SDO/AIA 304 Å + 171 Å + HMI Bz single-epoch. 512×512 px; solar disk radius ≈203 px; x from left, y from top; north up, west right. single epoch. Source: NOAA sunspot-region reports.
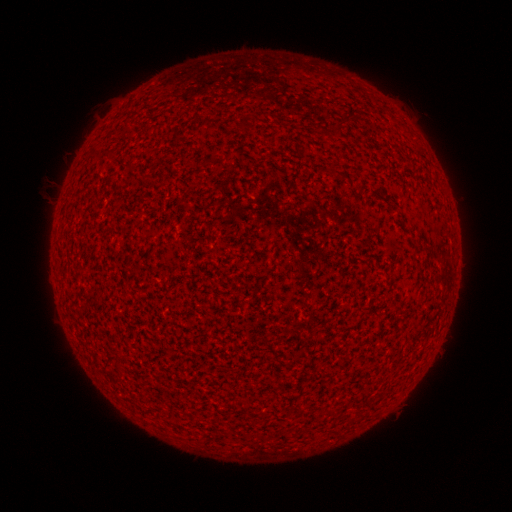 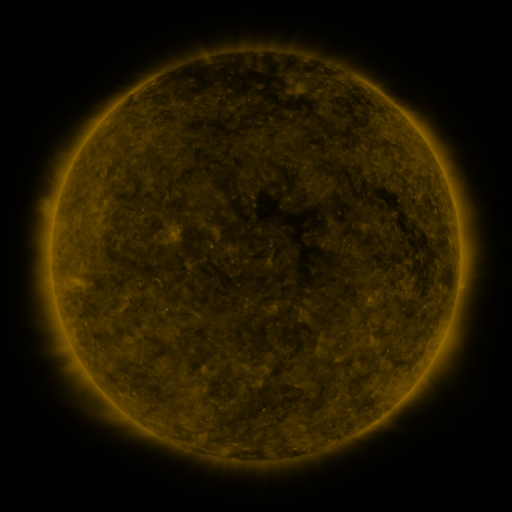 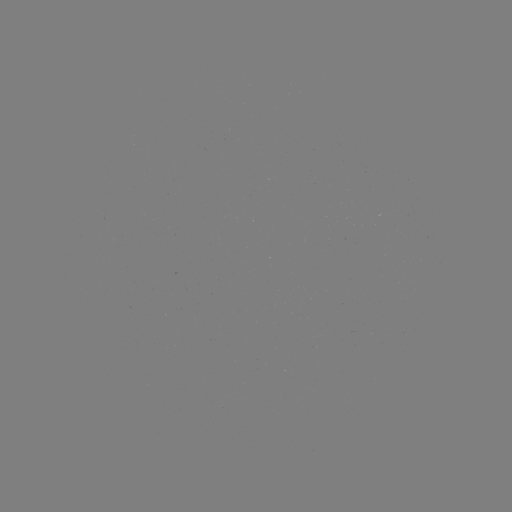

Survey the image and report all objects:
(none)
